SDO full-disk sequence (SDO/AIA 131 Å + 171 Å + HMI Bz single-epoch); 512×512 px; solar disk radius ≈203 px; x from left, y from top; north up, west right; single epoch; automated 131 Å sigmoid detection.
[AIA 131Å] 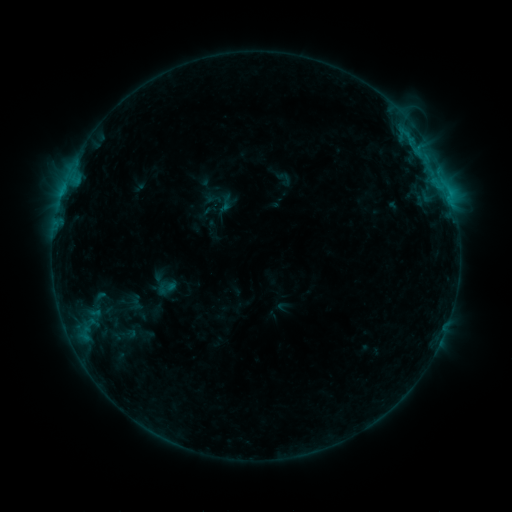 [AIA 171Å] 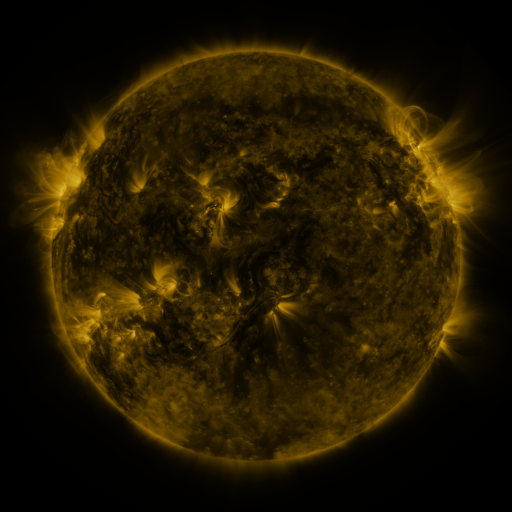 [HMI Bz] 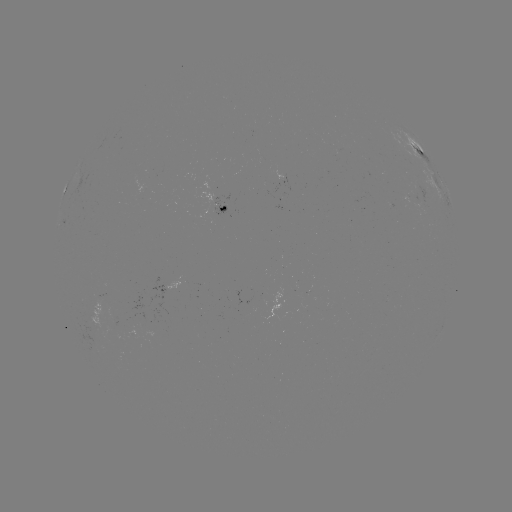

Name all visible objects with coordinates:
sigmoid: (226, 204)
sigmoid: (165, 288)
